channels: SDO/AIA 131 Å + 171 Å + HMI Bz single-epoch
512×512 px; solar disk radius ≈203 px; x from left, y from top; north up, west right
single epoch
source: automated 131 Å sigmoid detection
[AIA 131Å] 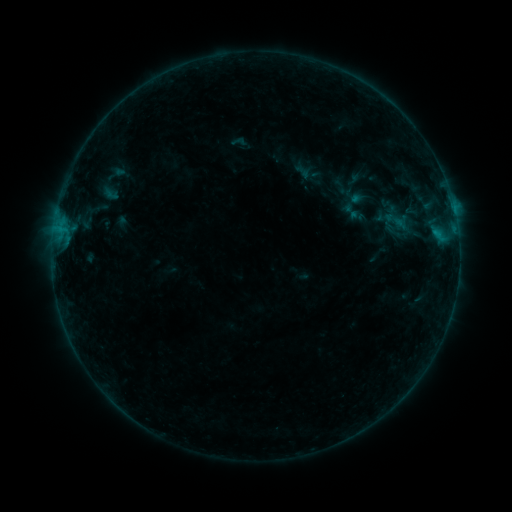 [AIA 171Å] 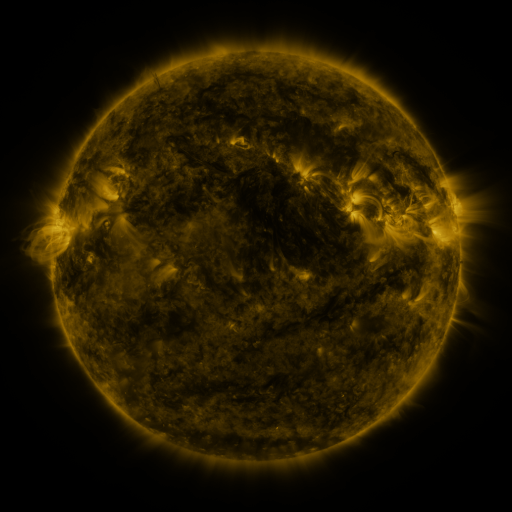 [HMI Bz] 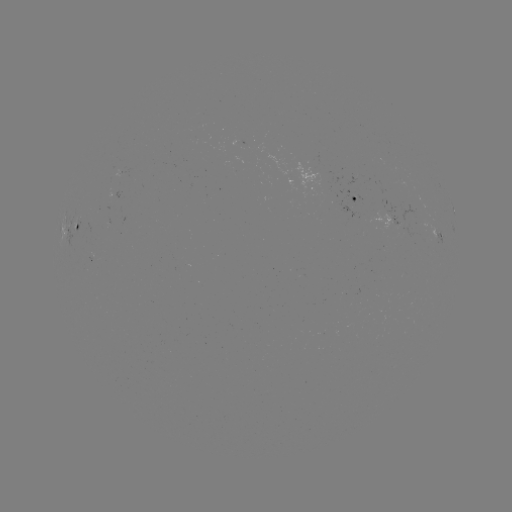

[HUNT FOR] sigmoid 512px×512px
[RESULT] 351,211